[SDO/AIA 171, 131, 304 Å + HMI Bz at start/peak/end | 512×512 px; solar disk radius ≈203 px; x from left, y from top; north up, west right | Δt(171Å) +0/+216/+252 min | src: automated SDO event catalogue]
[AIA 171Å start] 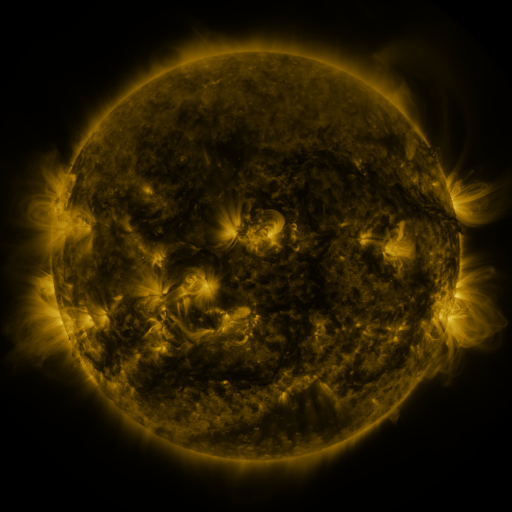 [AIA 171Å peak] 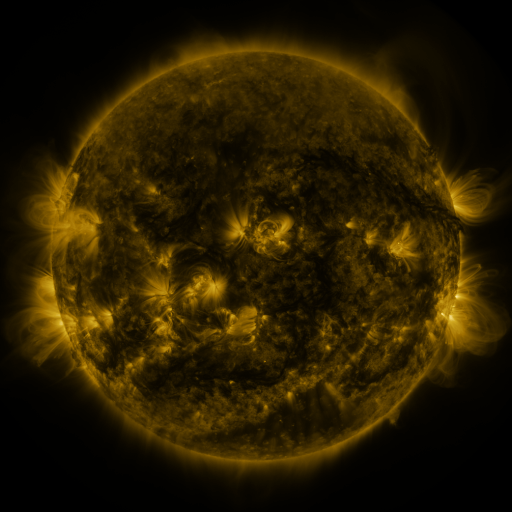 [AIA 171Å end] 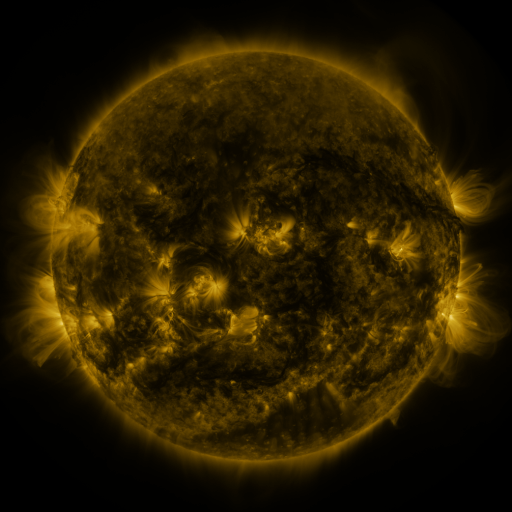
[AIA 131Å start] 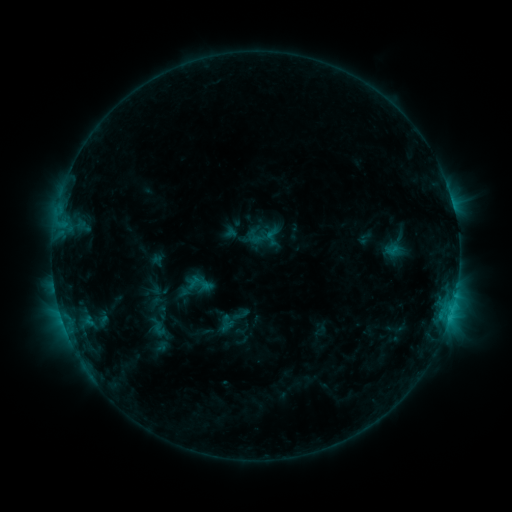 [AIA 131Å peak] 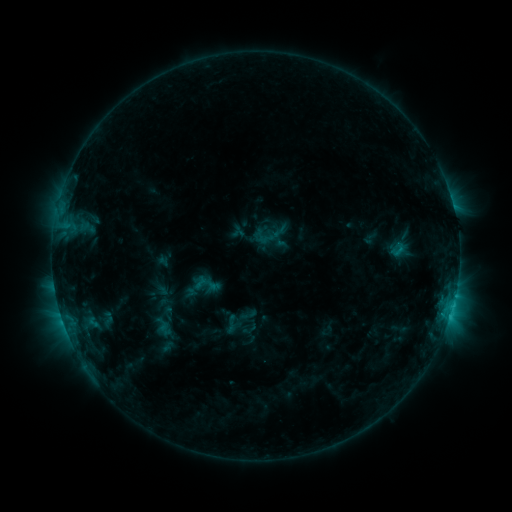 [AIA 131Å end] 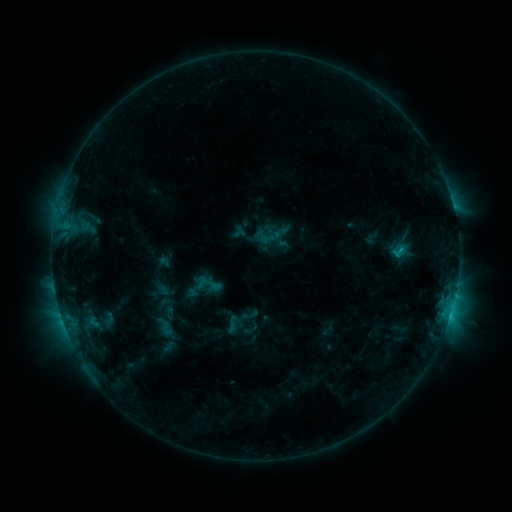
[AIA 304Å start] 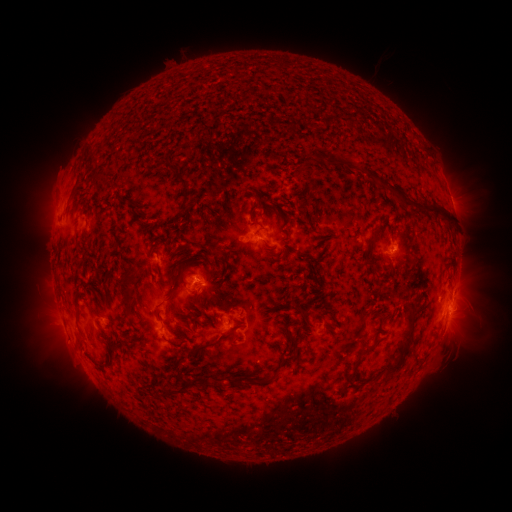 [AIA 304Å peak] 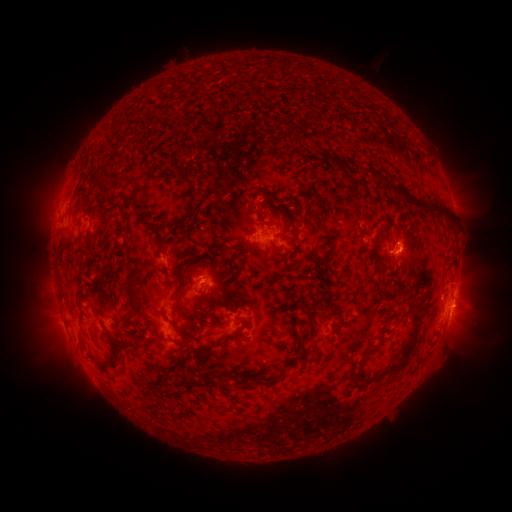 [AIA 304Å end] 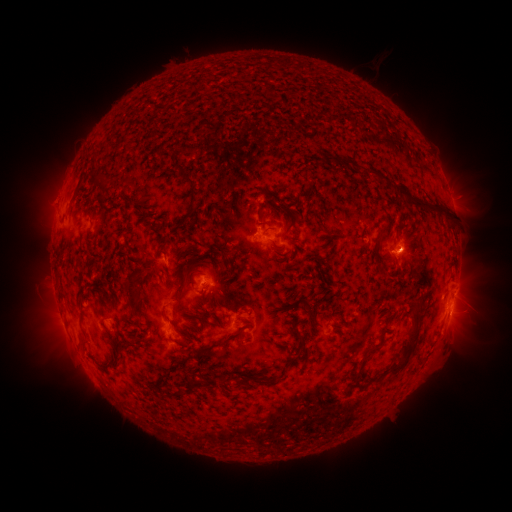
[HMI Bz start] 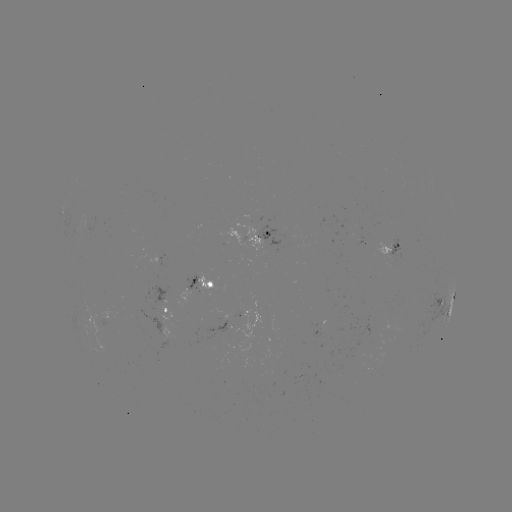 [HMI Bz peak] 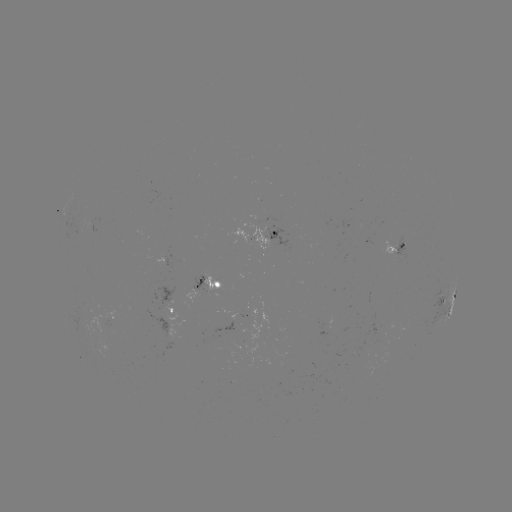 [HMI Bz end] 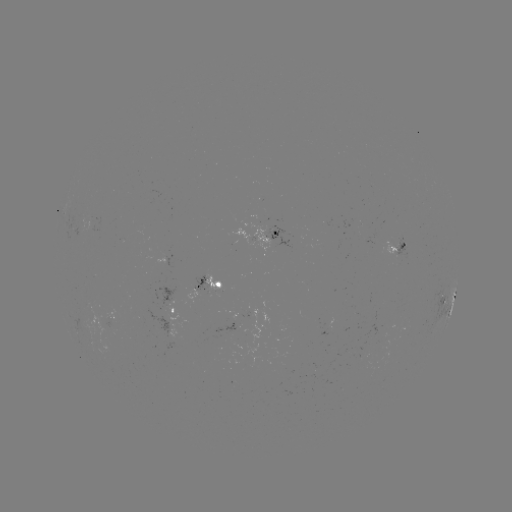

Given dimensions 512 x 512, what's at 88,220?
emerging-flux region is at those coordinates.